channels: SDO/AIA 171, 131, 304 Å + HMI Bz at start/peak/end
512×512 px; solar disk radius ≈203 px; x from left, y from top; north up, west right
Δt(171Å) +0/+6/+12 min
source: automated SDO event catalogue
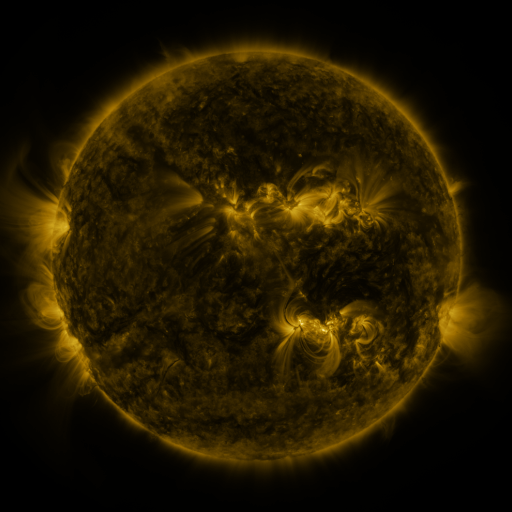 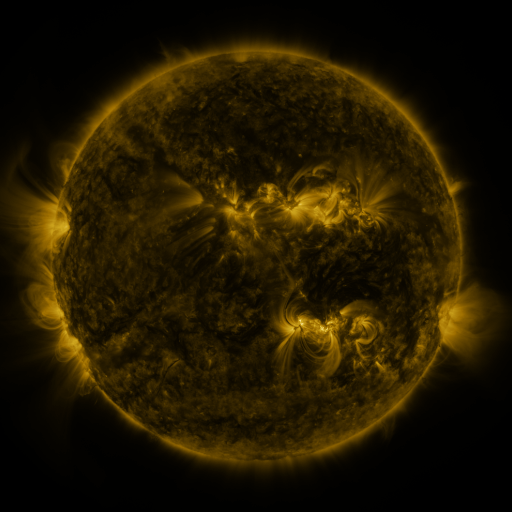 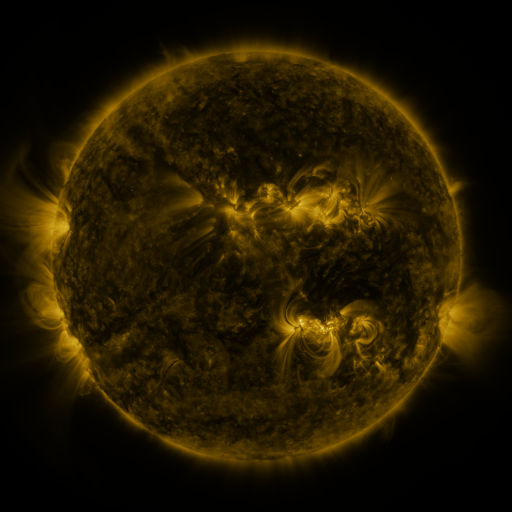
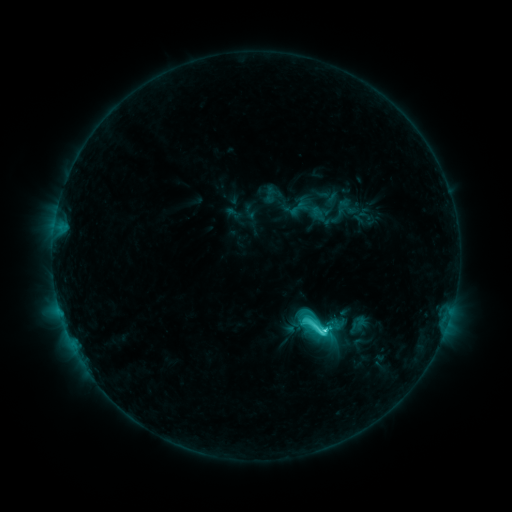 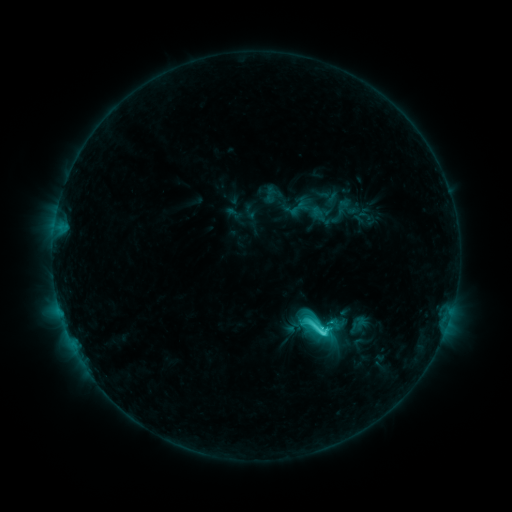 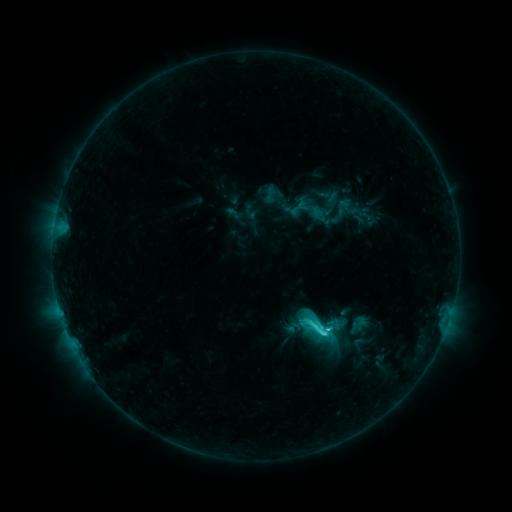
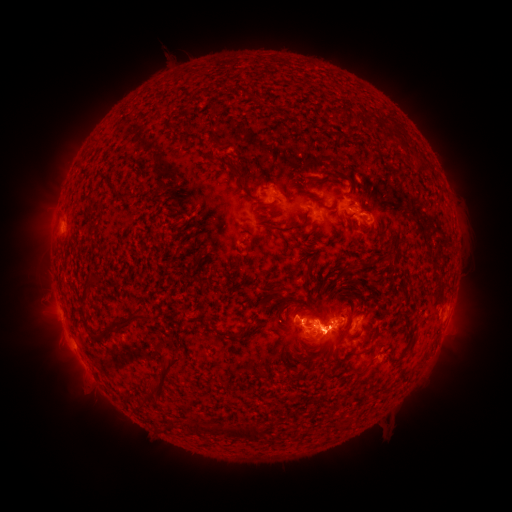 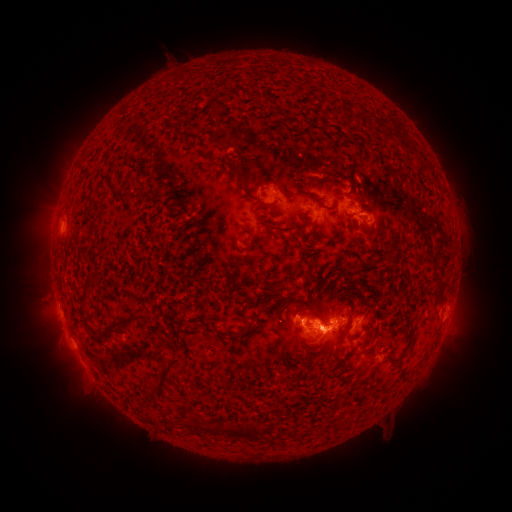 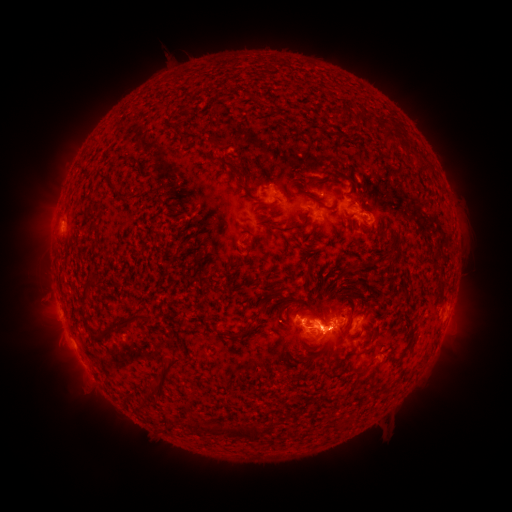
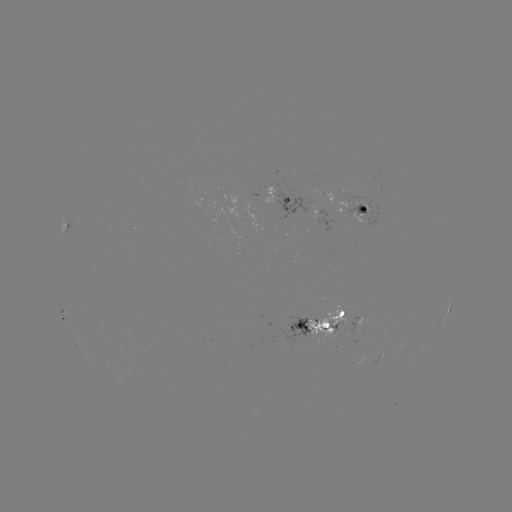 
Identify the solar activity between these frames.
eruption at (326, 304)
